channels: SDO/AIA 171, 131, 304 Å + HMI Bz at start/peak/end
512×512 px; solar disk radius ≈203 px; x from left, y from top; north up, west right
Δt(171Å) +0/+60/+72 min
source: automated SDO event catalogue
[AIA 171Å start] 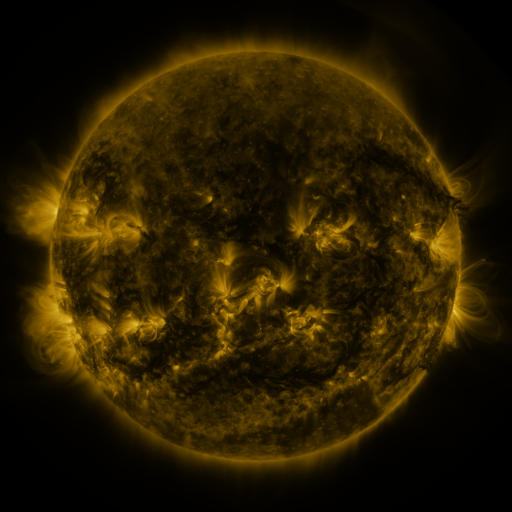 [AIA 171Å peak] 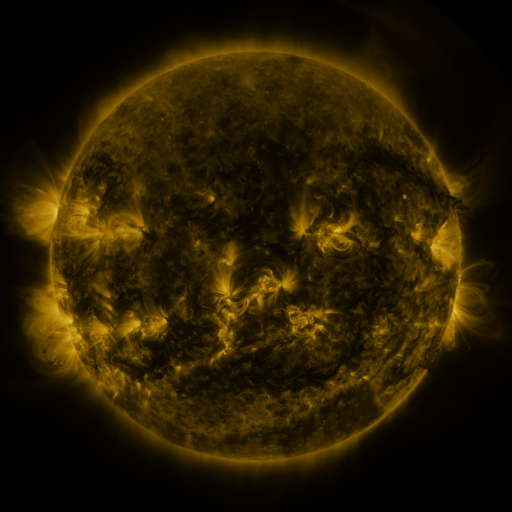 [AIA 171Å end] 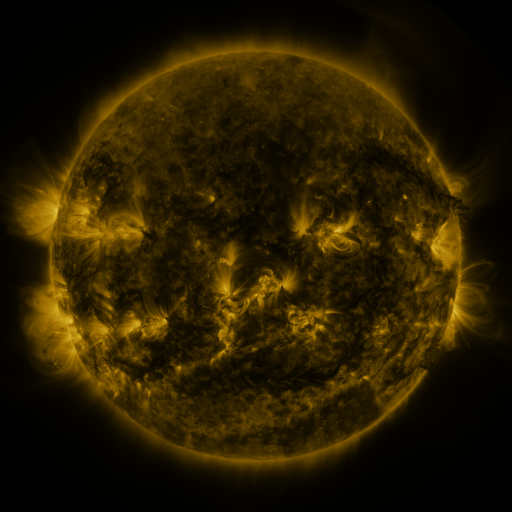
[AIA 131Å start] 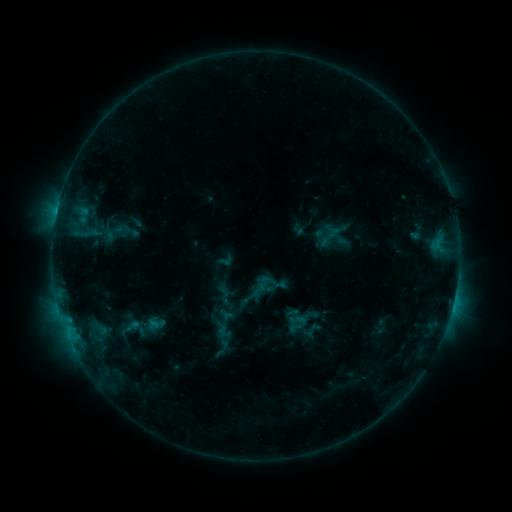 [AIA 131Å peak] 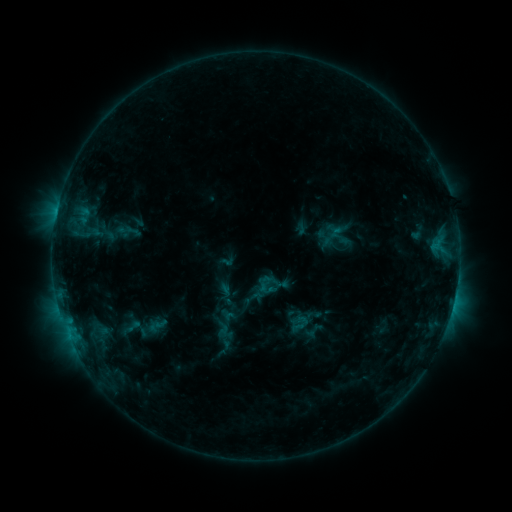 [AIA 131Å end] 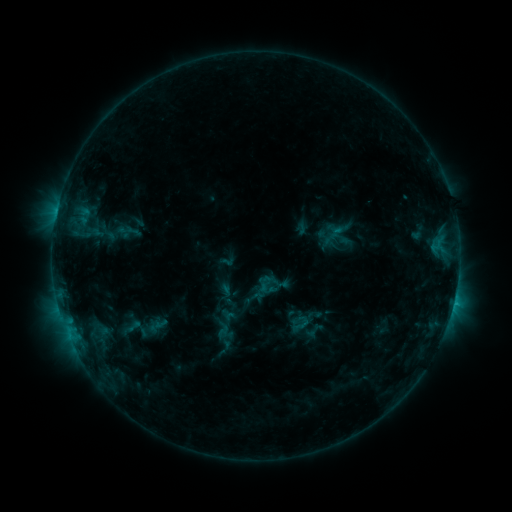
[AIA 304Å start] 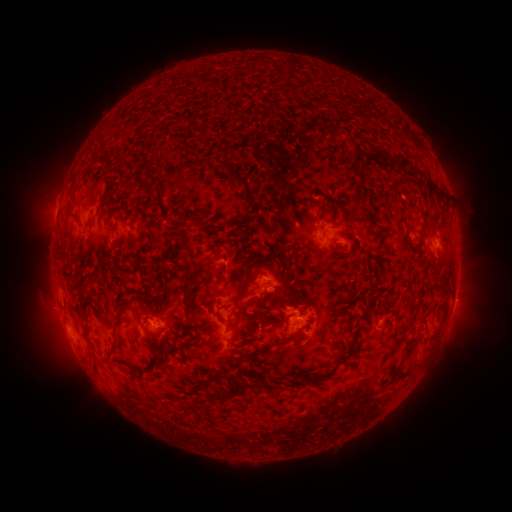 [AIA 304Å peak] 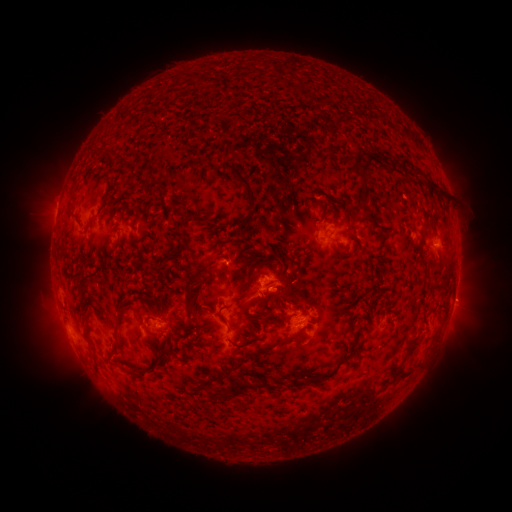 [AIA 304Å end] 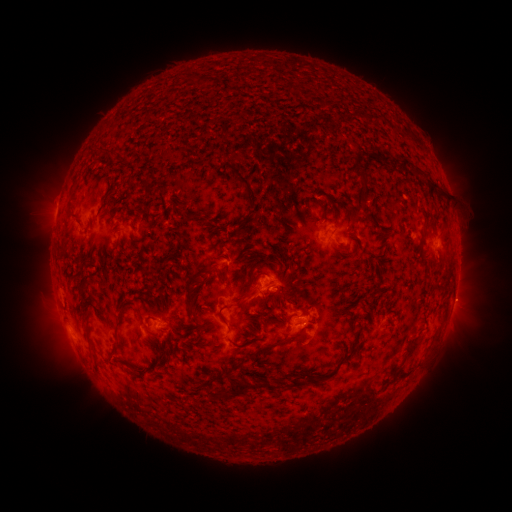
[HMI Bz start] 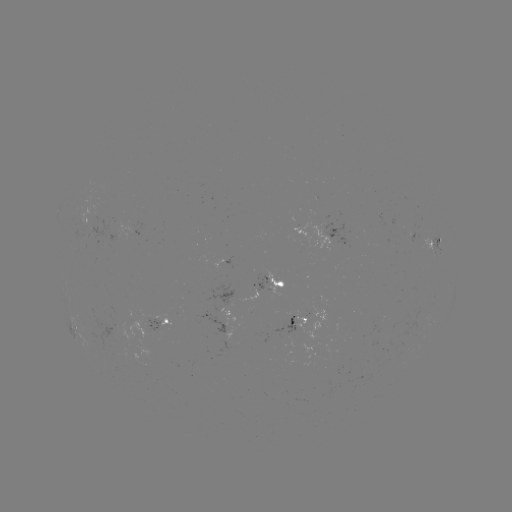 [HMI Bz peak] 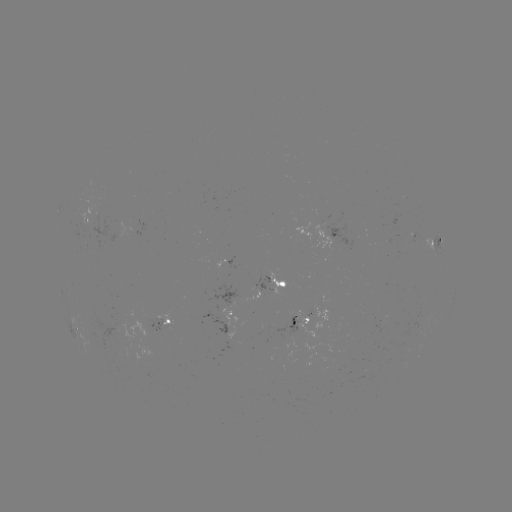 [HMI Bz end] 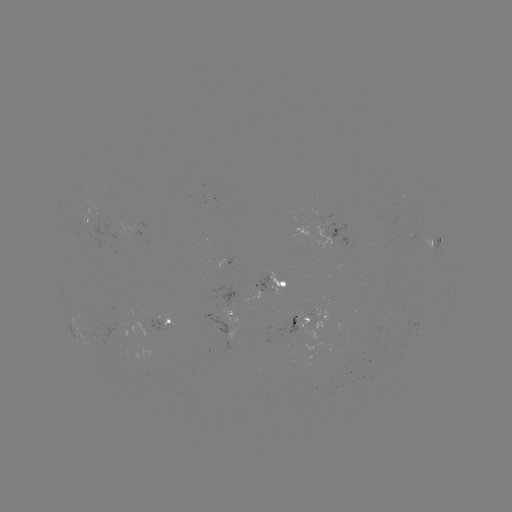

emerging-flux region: [140, 317, 165, 334]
